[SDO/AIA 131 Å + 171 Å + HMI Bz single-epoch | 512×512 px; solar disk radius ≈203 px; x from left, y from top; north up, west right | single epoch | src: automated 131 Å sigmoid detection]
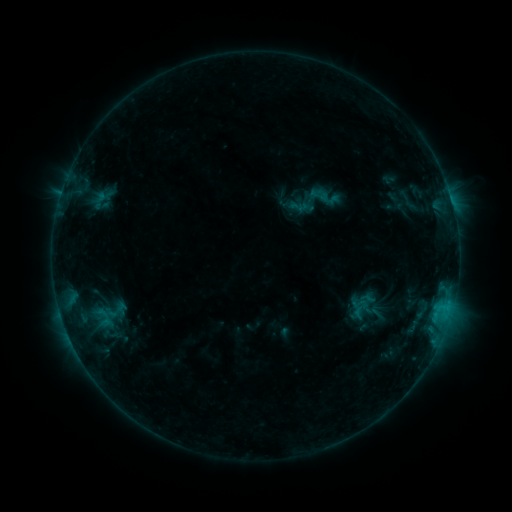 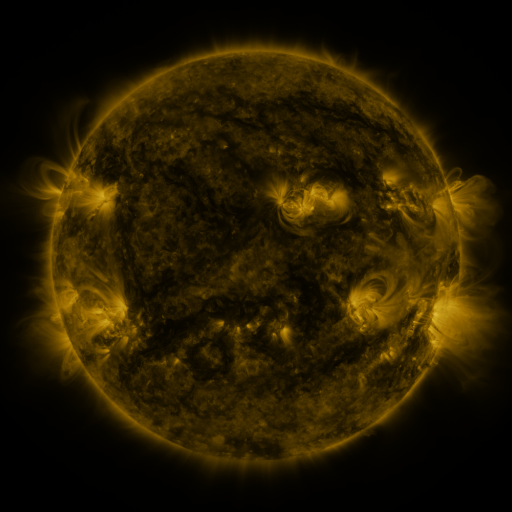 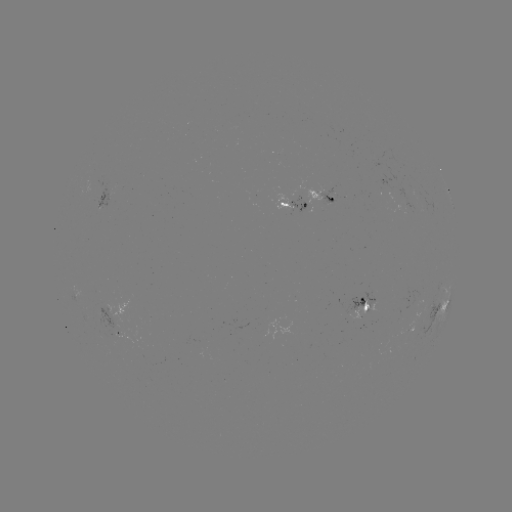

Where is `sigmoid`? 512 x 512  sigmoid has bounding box [304, 179, 343, 215].